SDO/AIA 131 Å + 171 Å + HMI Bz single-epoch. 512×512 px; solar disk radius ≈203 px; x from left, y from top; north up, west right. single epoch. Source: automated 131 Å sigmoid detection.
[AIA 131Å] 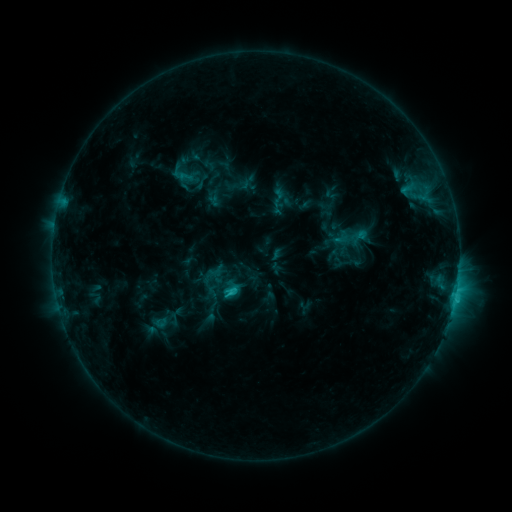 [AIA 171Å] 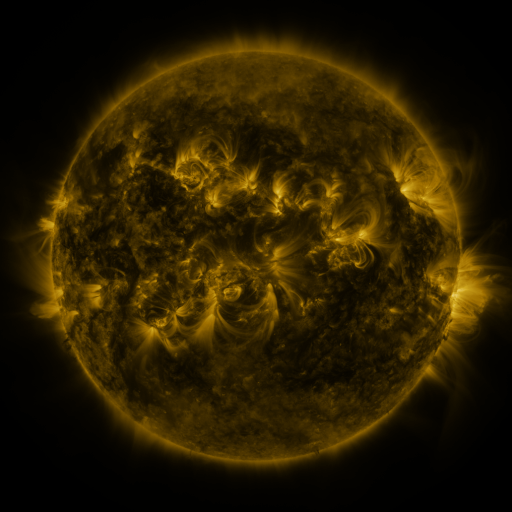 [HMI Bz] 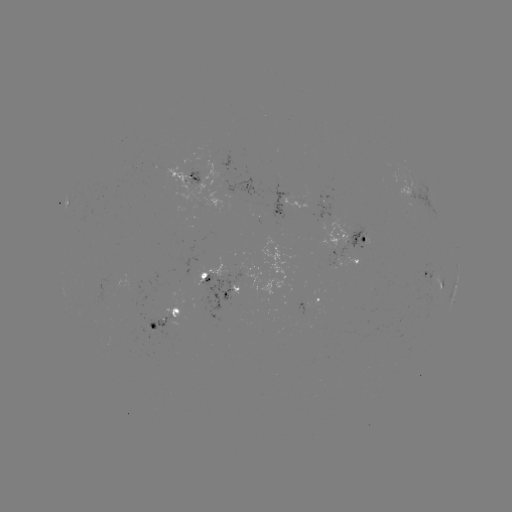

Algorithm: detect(sigmoid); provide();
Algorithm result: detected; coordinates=278,197